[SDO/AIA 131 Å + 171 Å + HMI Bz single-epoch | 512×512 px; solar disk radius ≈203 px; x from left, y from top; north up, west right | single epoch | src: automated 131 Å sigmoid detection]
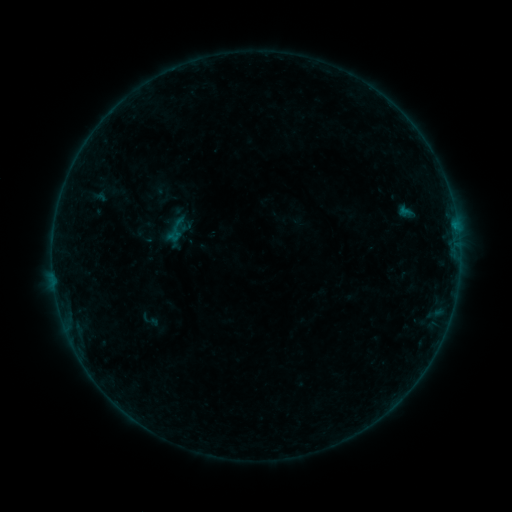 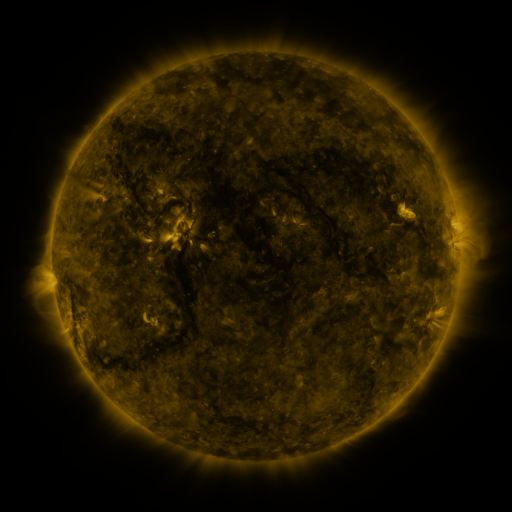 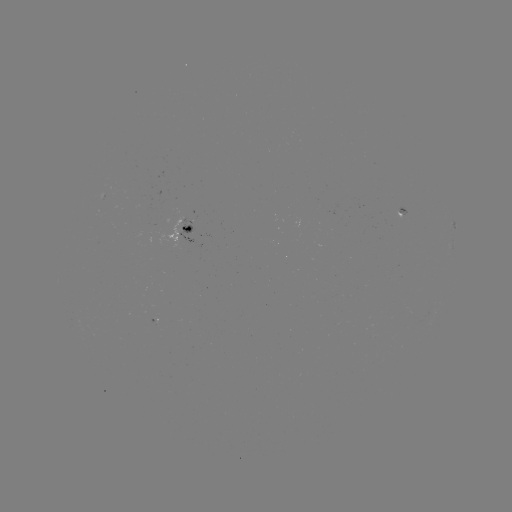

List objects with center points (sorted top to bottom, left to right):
sigmoid: <bbox>160, 214, 192, 246</bbox>
